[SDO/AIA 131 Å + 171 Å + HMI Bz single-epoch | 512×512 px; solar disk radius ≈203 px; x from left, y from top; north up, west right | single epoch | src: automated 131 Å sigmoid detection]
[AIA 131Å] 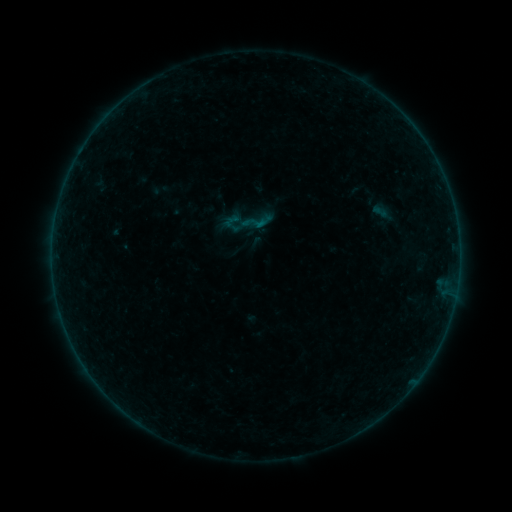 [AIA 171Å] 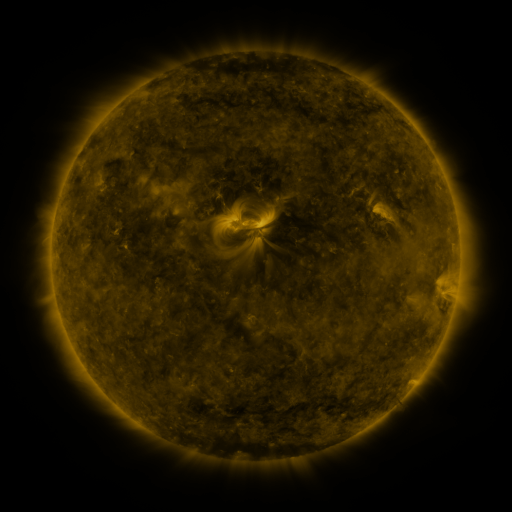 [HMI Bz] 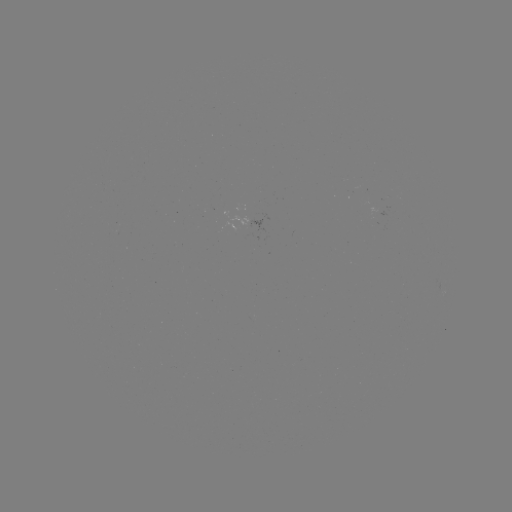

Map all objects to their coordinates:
sigmoid: (239, 203, 276, 239)
